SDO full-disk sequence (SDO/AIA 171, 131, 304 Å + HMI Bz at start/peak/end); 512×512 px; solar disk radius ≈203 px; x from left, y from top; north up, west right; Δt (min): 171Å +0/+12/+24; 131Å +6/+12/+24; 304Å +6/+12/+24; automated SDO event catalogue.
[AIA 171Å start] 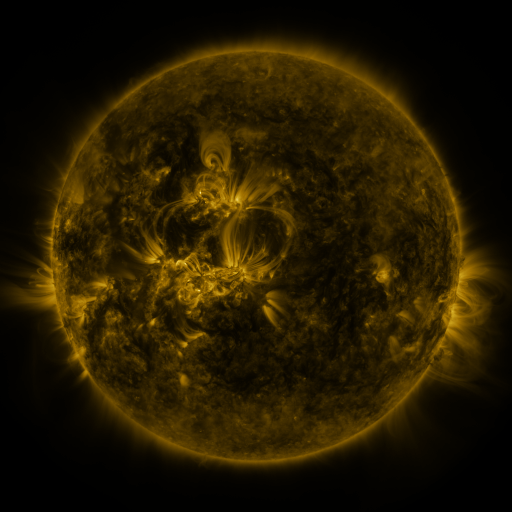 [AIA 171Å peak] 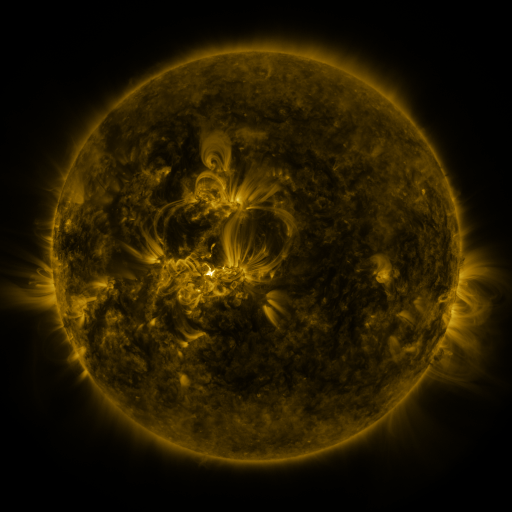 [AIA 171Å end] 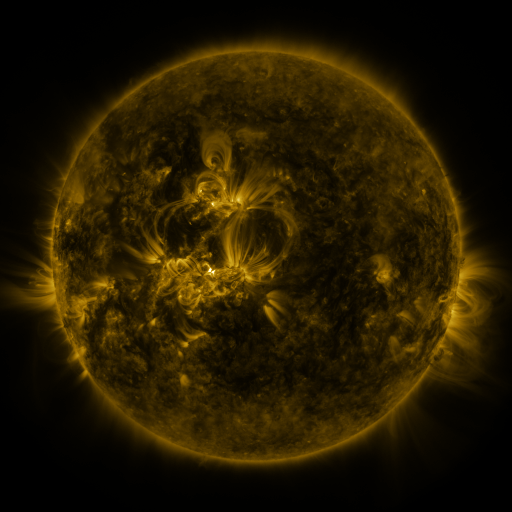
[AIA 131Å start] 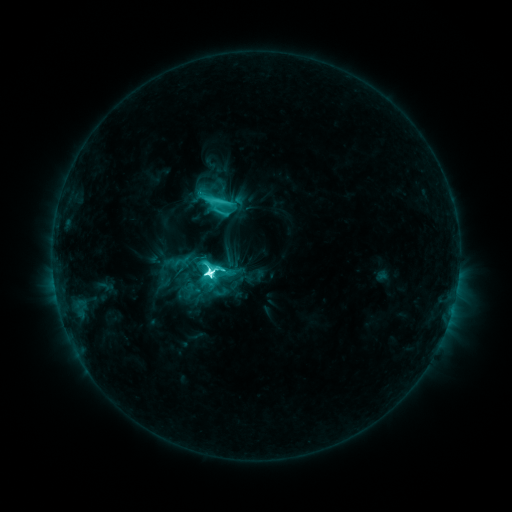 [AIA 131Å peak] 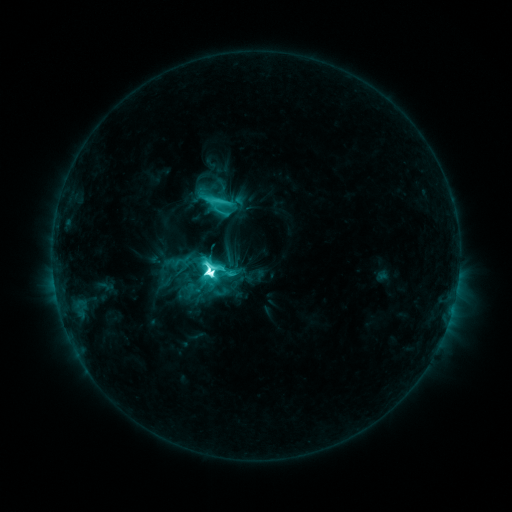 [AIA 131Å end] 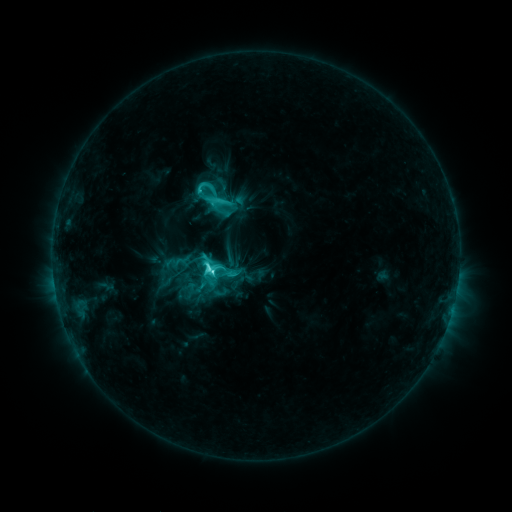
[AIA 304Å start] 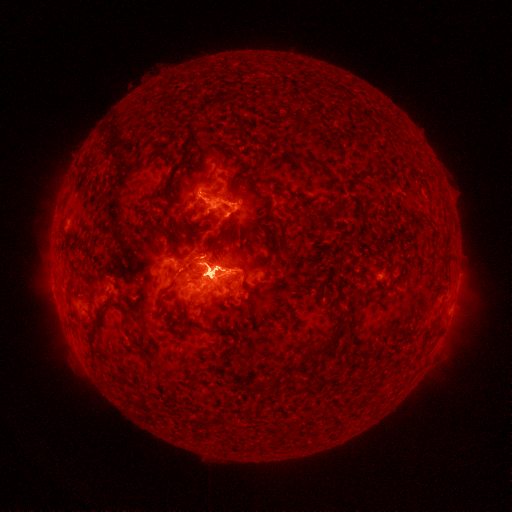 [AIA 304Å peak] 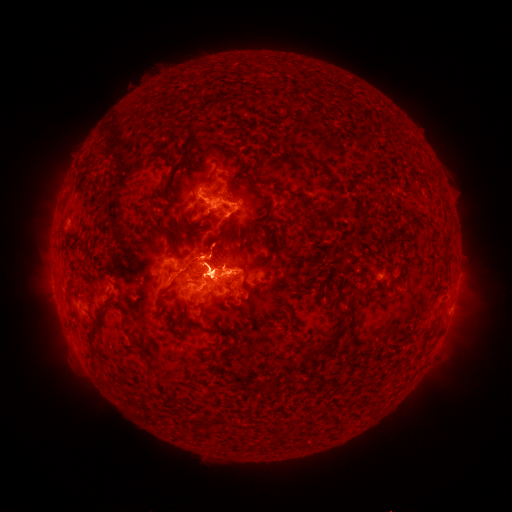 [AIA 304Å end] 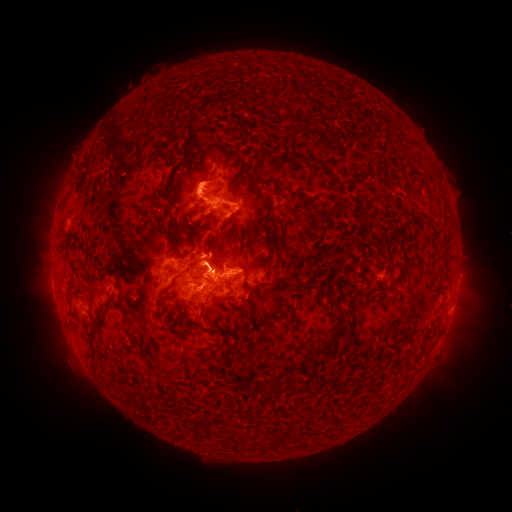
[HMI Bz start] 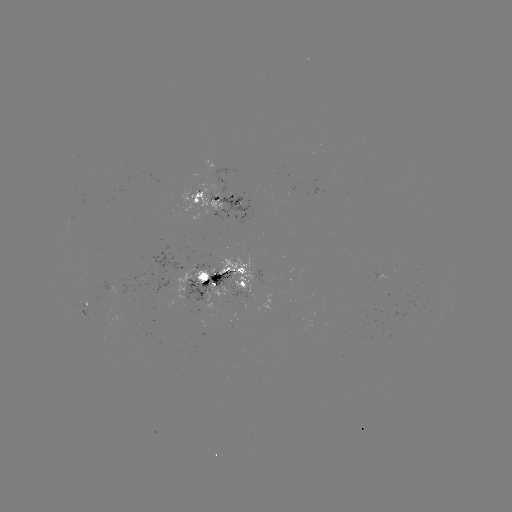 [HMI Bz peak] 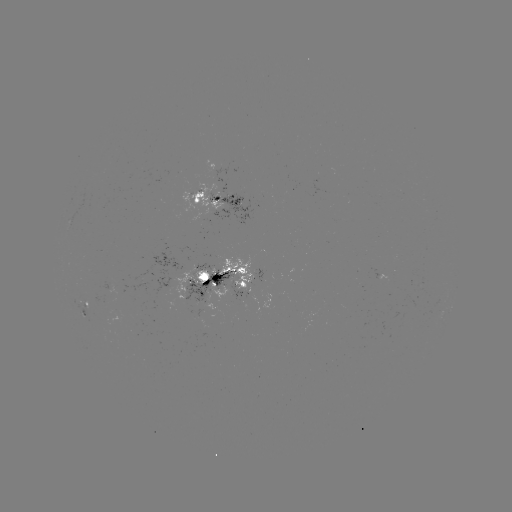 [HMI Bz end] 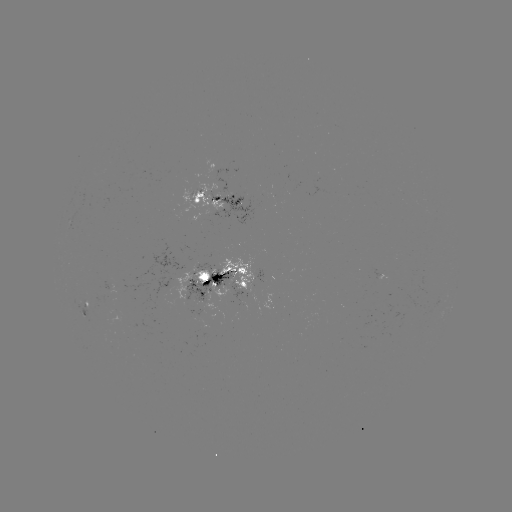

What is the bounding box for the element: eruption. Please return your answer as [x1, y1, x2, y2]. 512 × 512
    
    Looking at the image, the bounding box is [149, 117, 256, 238].